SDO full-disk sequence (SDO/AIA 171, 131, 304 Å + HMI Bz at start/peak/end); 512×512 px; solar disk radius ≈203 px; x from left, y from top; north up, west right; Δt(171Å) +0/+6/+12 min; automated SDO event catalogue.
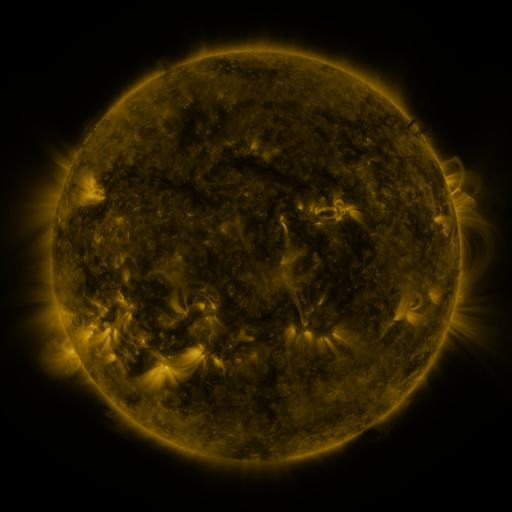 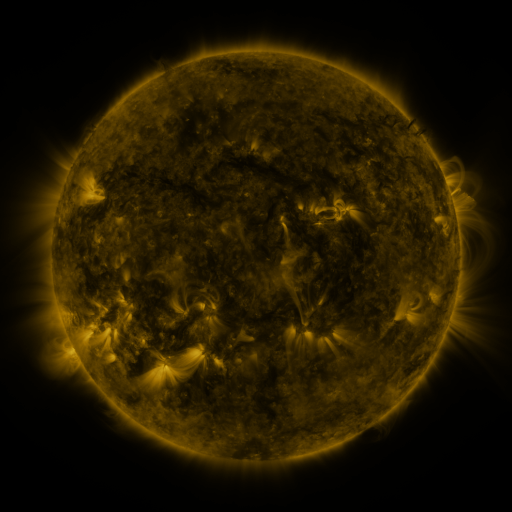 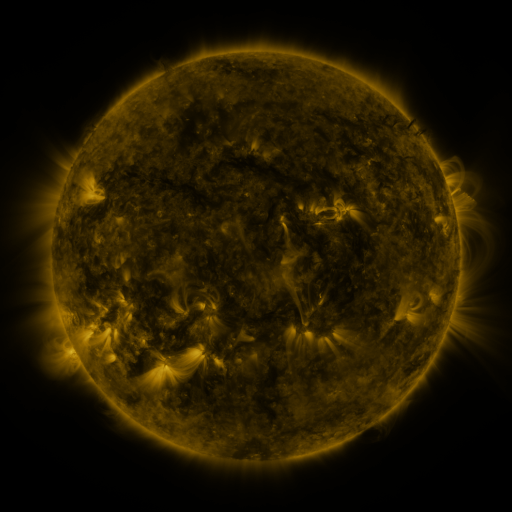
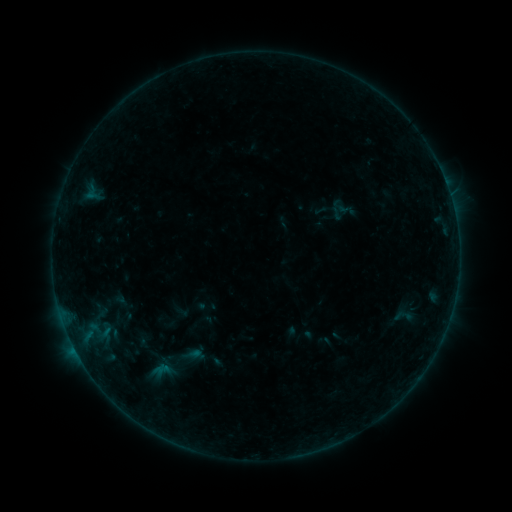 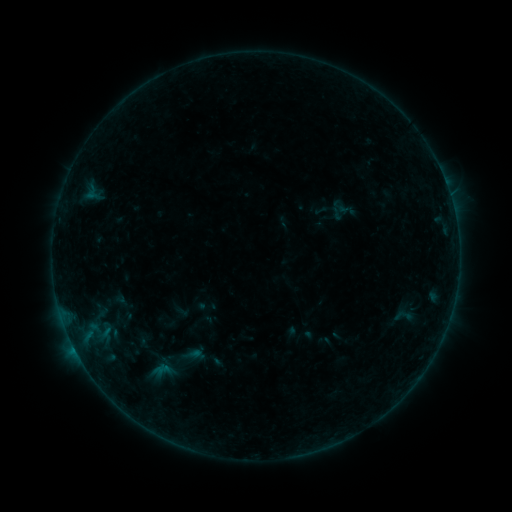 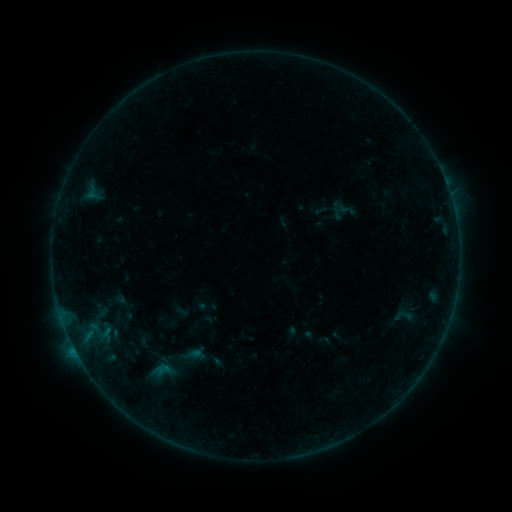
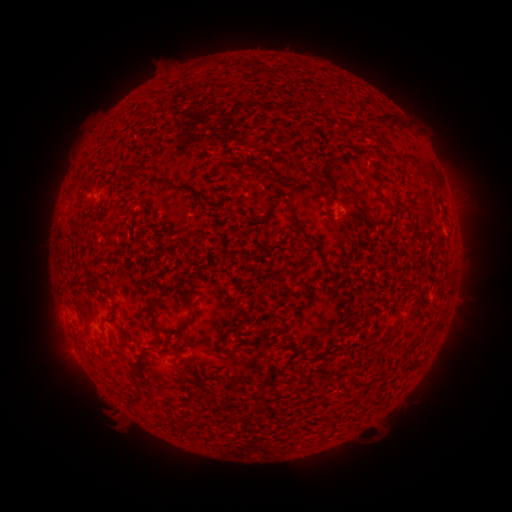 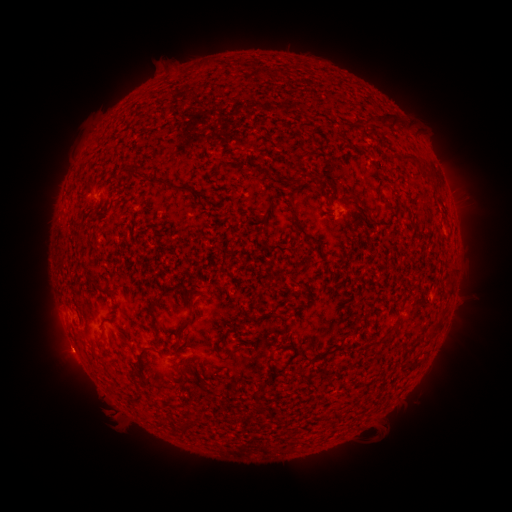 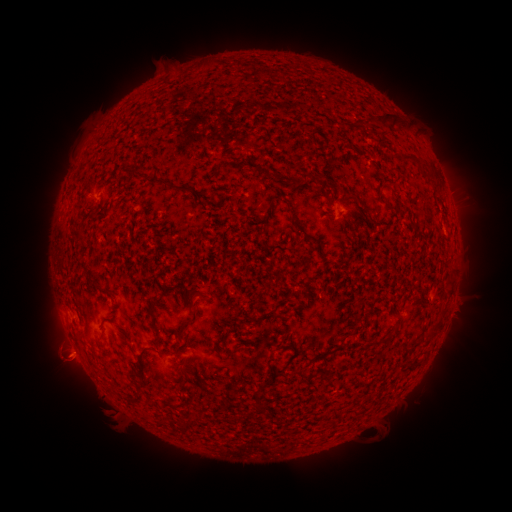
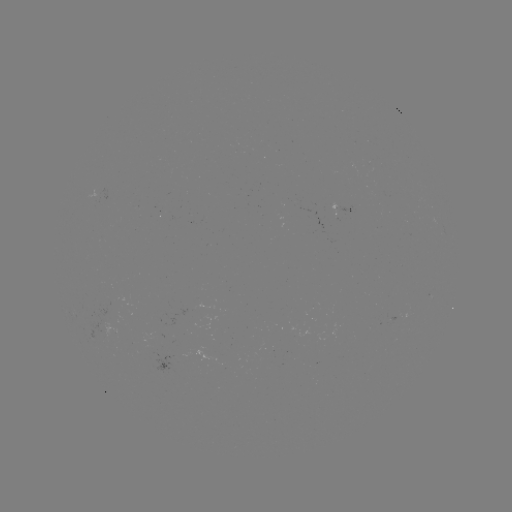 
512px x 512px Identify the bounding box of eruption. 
[30, 318, 101, 413].